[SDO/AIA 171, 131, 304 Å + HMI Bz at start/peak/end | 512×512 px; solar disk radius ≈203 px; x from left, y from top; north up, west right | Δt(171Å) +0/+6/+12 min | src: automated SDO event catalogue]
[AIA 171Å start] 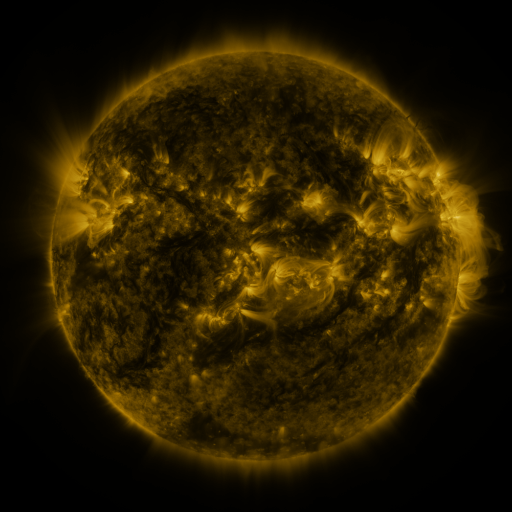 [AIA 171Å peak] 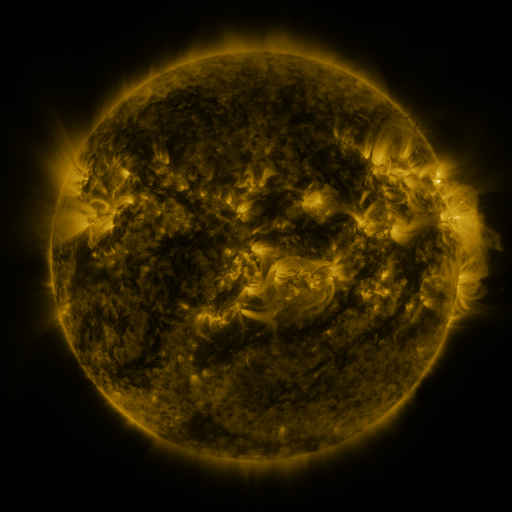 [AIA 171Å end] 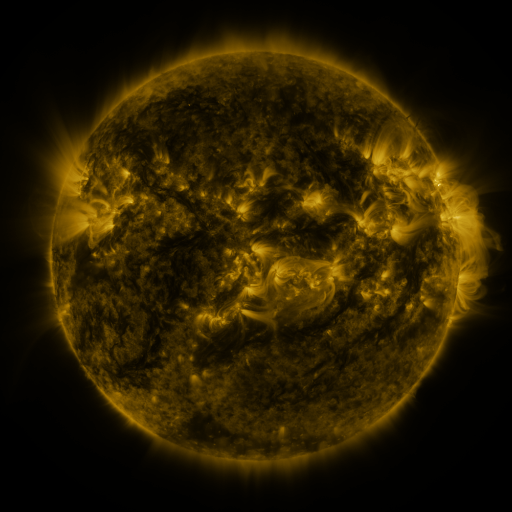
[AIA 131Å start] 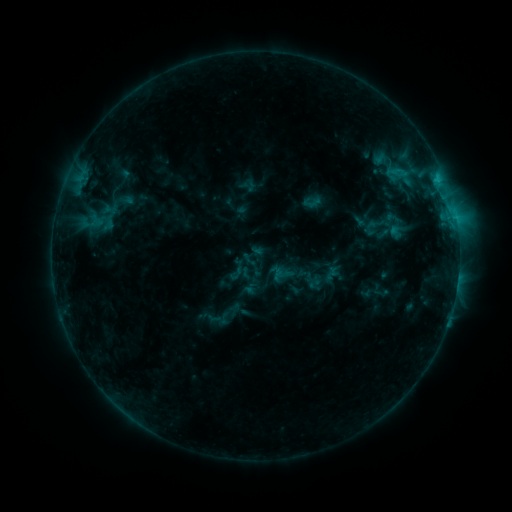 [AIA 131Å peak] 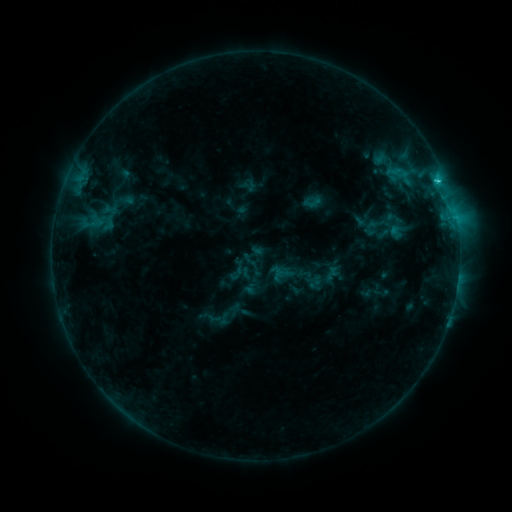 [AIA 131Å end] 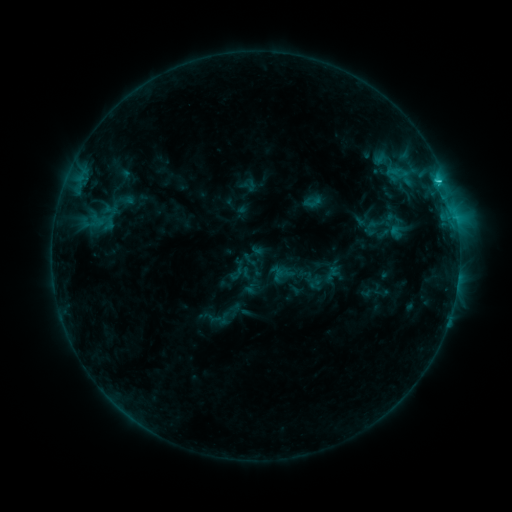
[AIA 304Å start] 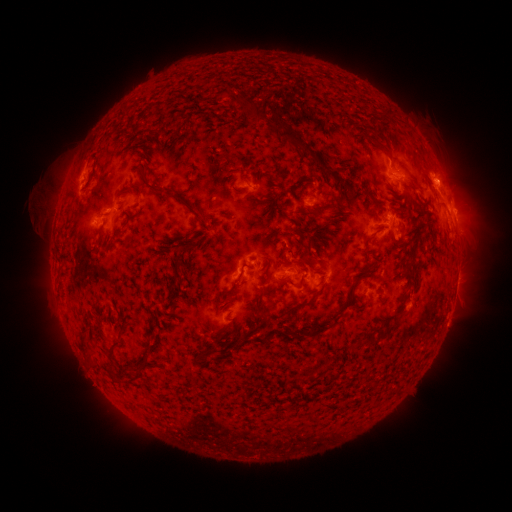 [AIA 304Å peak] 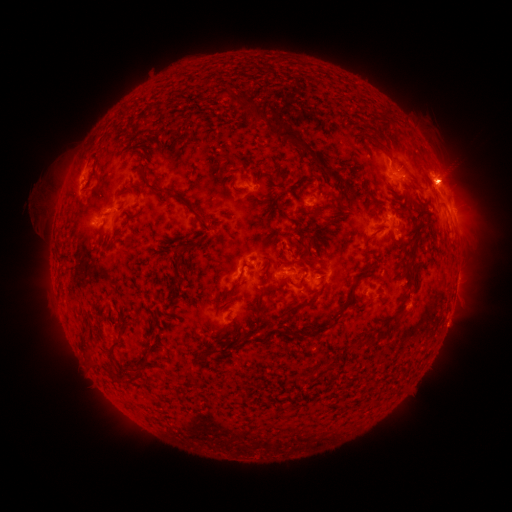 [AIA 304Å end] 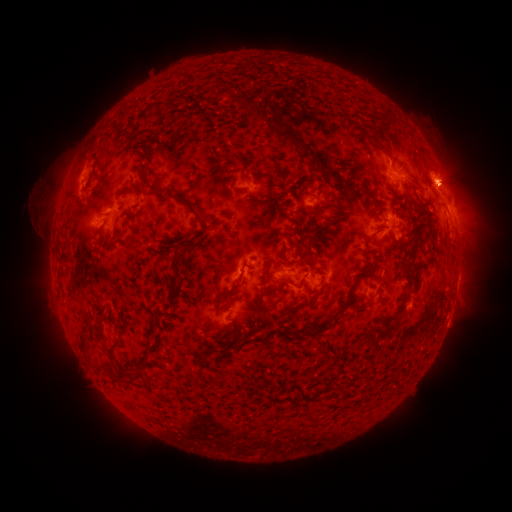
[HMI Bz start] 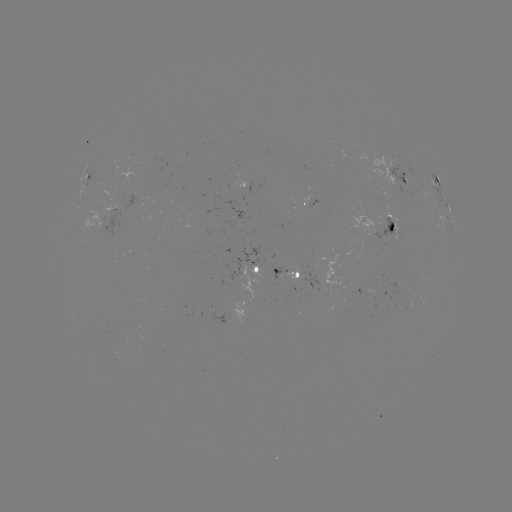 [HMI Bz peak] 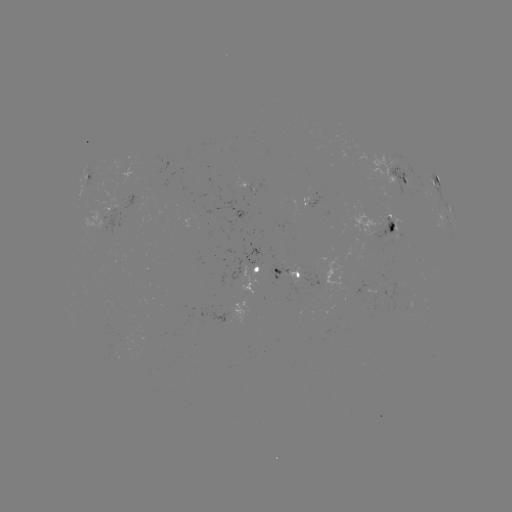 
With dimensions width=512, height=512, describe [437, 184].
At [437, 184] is C1.5 flare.